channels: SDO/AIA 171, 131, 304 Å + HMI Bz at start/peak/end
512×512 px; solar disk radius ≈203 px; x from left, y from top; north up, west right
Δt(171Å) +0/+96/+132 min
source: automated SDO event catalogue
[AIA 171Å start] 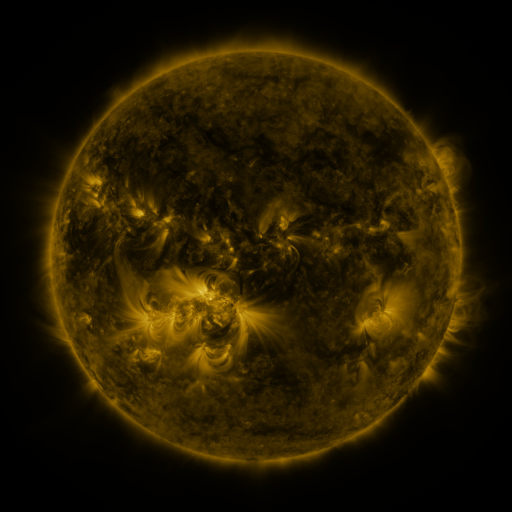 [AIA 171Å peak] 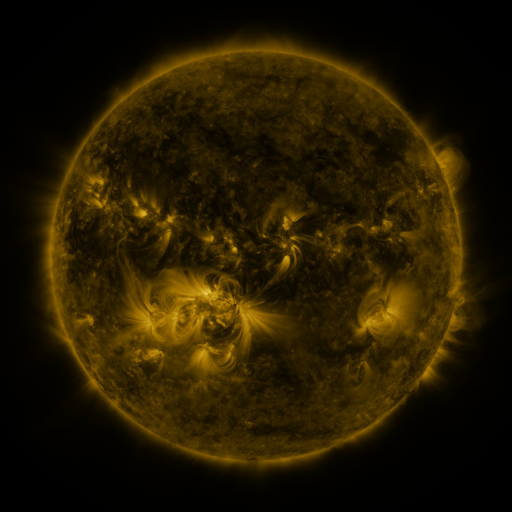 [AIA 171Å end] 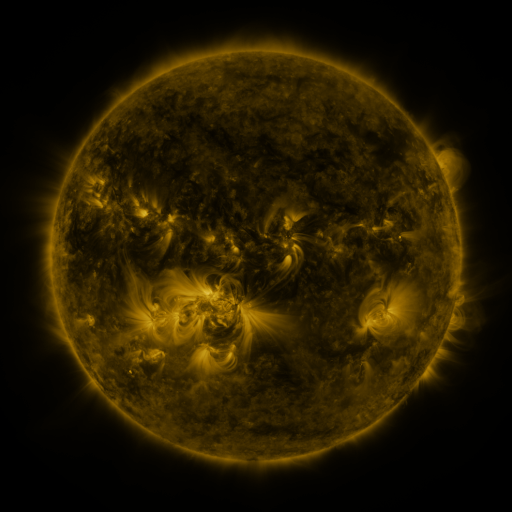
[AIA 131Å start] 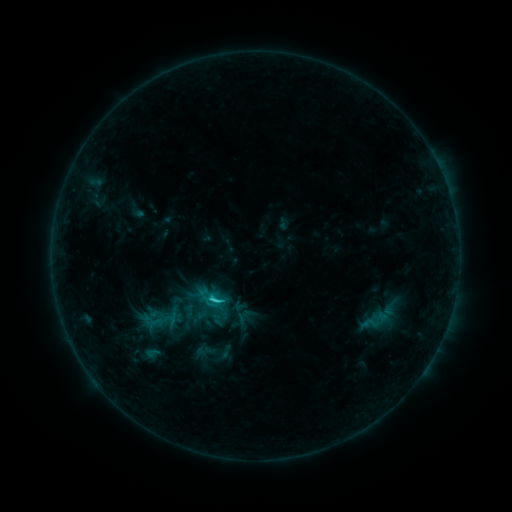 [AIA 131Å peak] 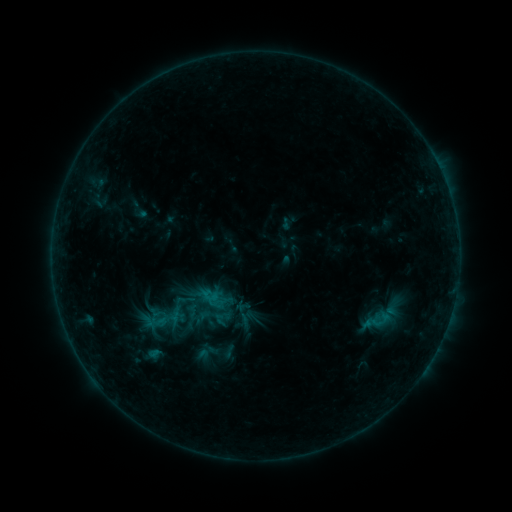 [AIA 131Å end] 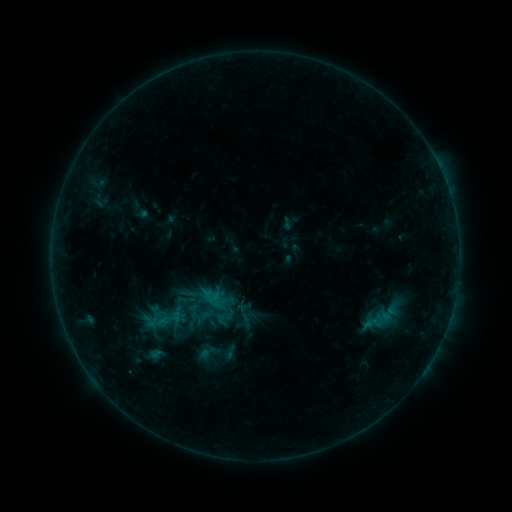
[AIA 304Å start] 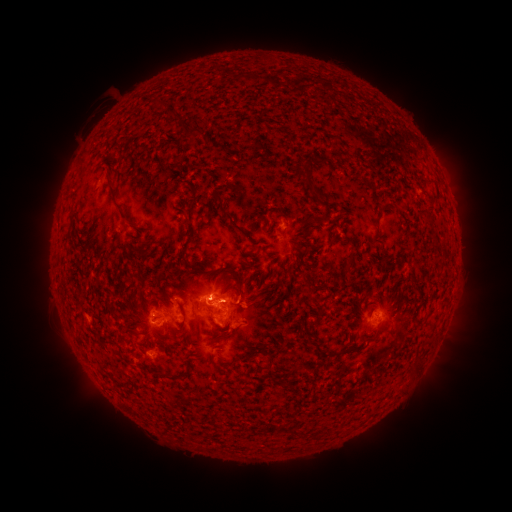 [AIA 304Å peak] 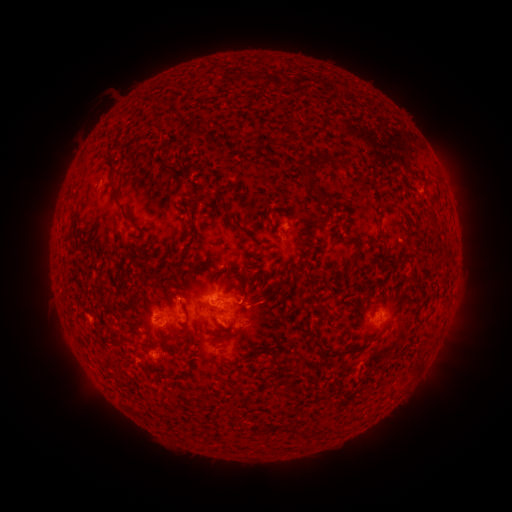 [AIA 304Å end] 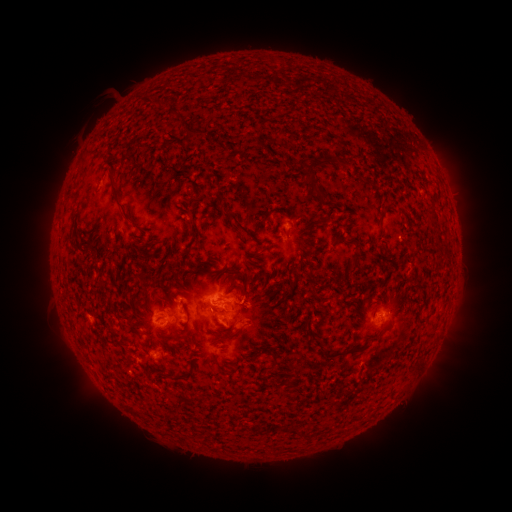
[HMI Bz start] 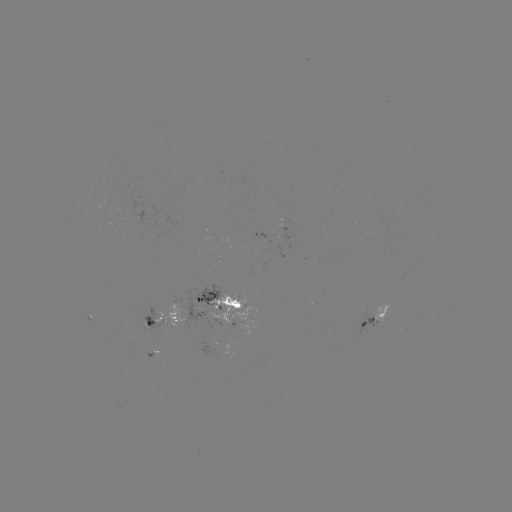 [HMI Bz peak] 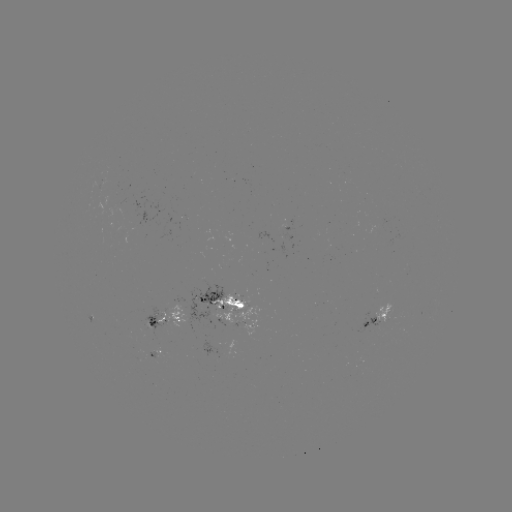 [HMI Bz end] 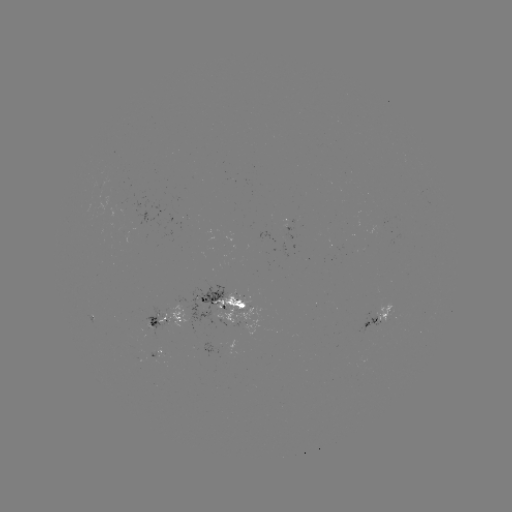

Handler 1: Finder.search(emerging-flux region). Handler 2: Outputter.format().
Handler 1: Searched emerging-flux region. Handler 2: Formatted [174, 307].